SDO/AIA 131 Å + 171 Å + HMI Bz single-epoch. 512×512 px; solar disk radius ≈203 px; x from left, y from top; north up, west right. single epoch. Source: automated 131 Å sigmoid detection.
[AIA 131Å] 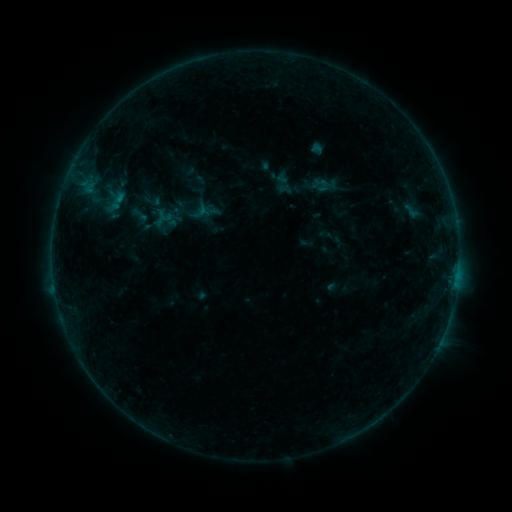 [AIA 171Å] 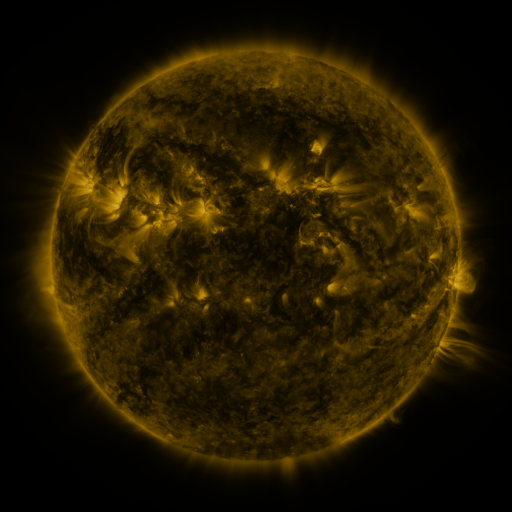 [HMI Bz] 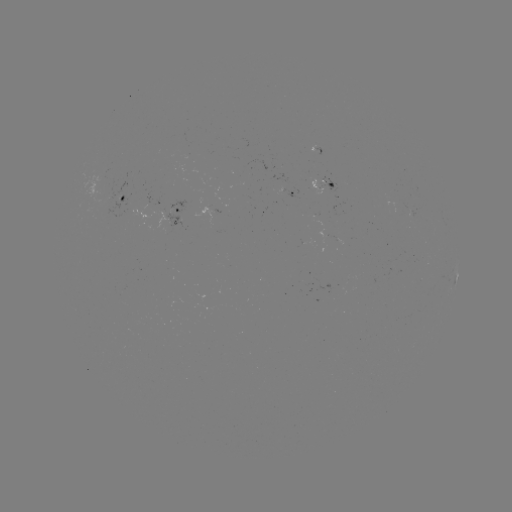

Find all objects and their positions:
sigmoid: (282, 185)
sigmoid: (152, 201)
